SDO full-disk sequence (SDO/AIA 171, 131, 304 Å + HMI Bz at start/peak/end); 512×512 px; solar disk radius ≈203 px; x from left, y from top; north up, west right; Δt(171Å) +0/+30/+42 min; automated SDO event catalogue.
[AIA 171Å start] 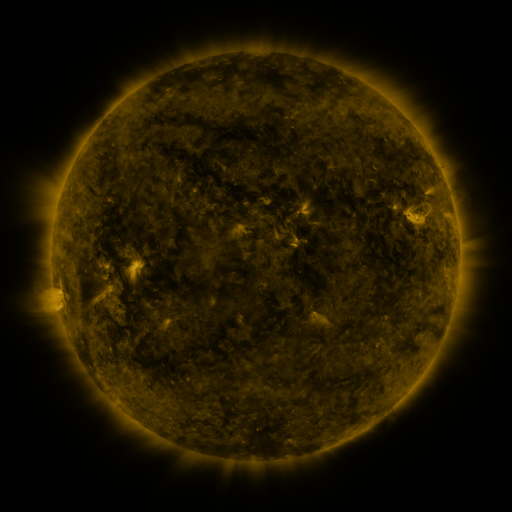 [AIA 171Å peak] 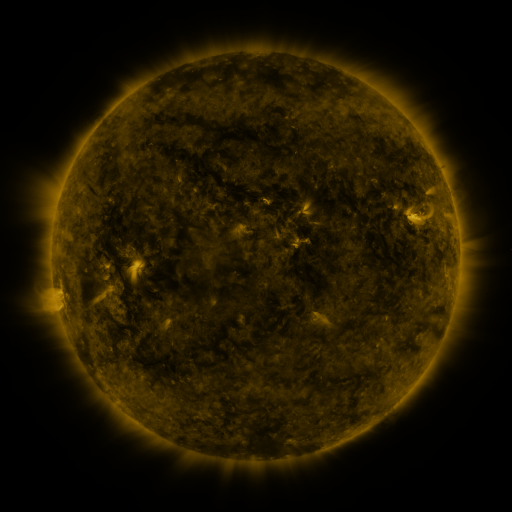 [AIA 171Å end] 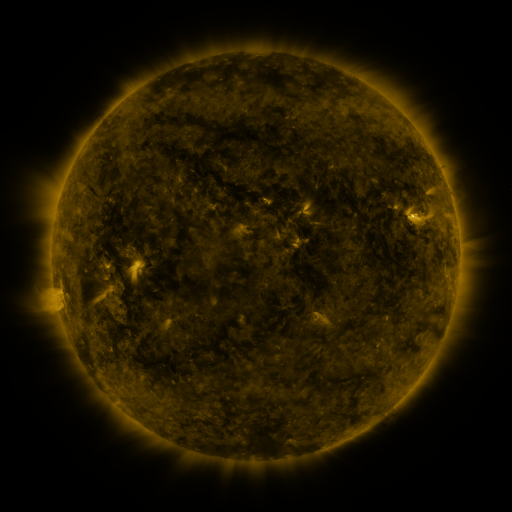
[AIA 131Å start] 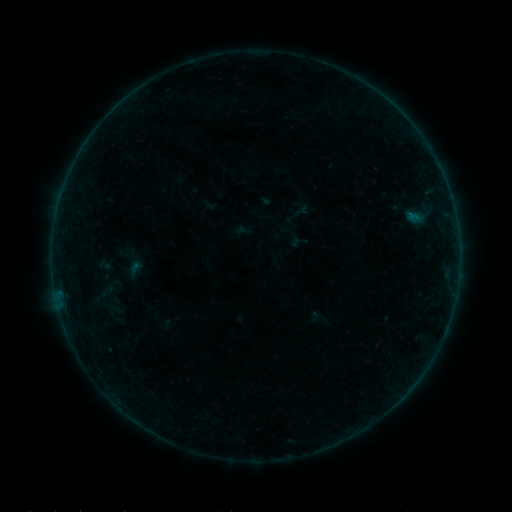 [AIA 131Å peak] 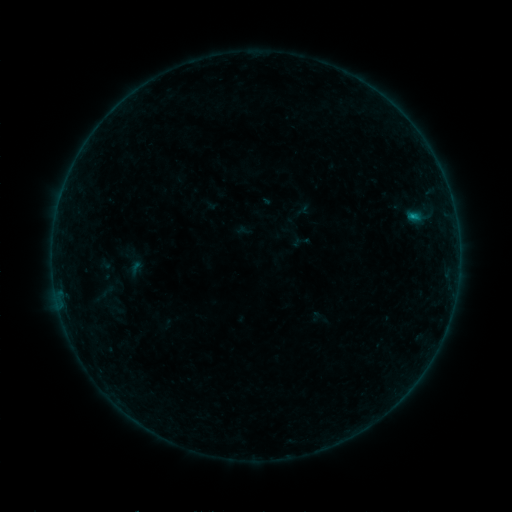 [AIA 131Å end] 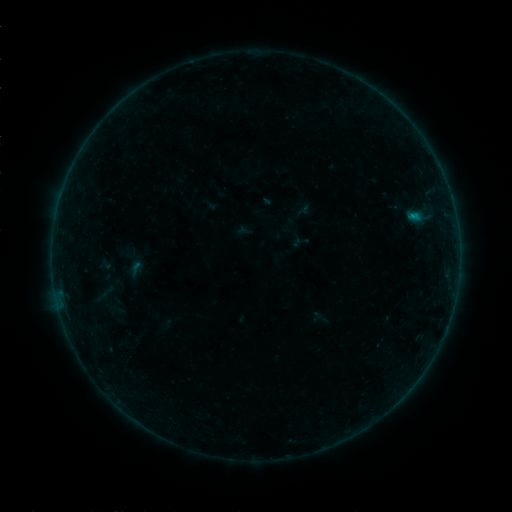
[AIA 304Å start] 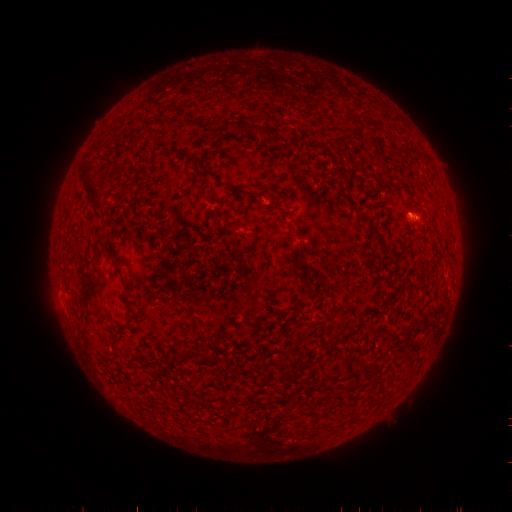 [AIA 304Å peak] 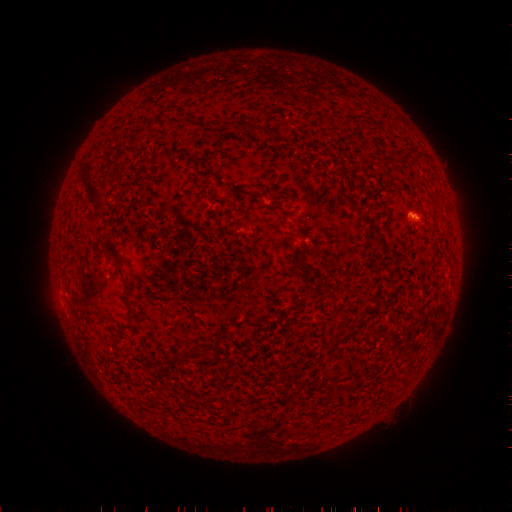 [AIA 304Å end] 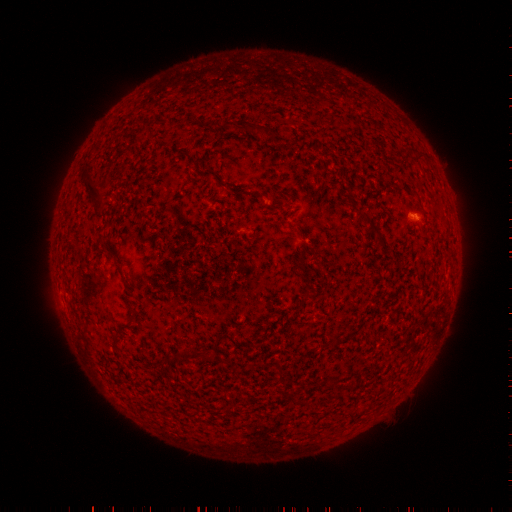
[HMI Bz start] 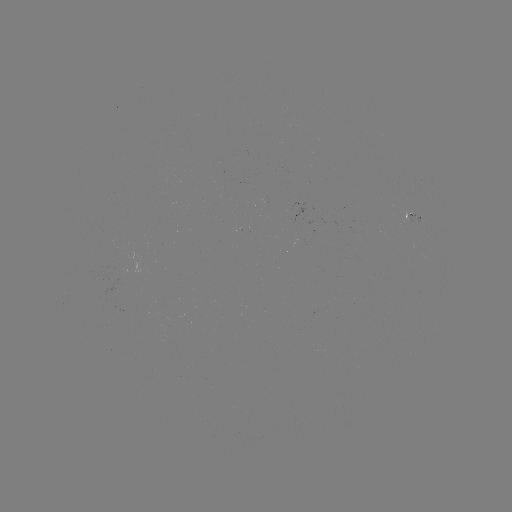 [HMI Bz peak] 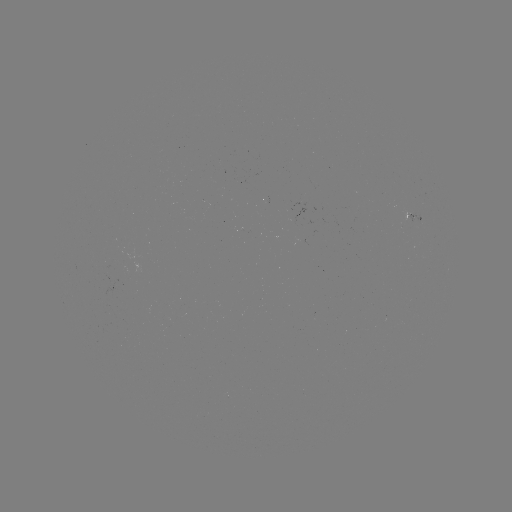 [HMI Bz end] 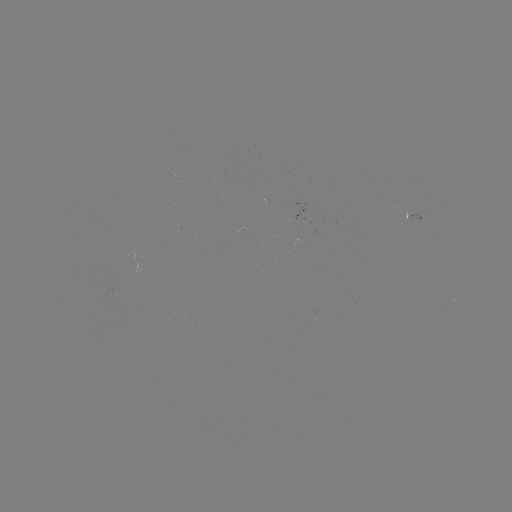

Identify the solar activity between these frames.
B3.1 flare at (412, 218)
